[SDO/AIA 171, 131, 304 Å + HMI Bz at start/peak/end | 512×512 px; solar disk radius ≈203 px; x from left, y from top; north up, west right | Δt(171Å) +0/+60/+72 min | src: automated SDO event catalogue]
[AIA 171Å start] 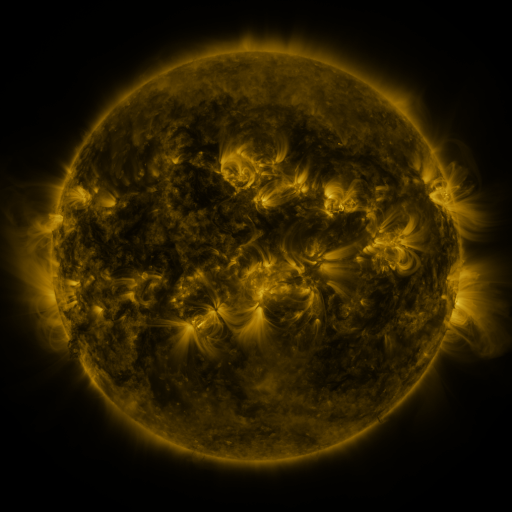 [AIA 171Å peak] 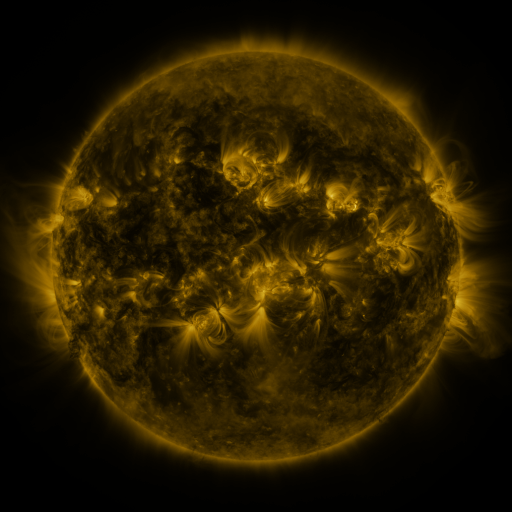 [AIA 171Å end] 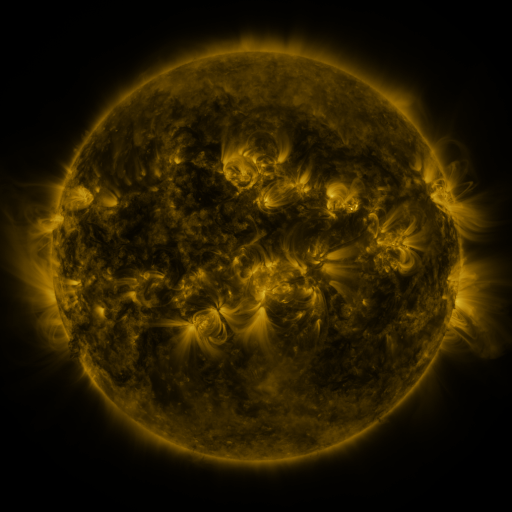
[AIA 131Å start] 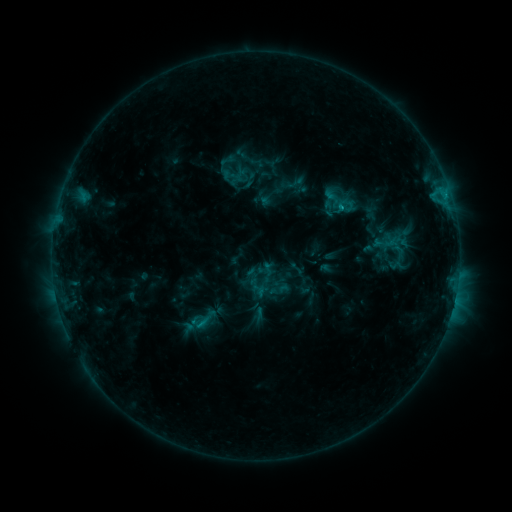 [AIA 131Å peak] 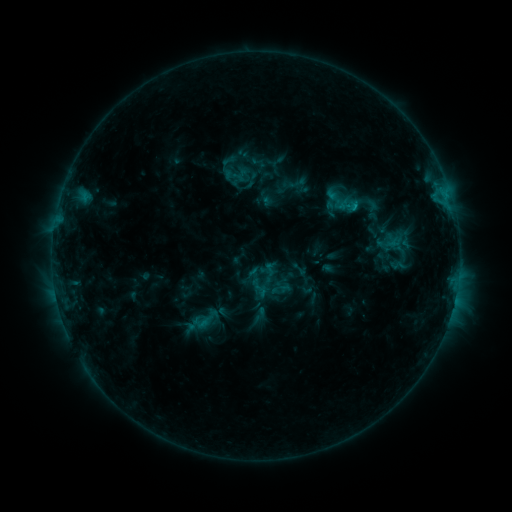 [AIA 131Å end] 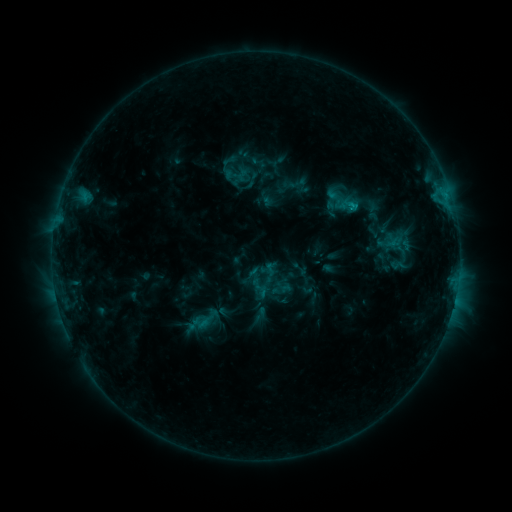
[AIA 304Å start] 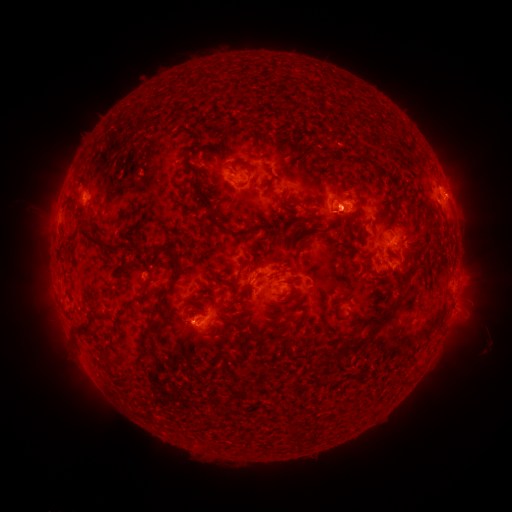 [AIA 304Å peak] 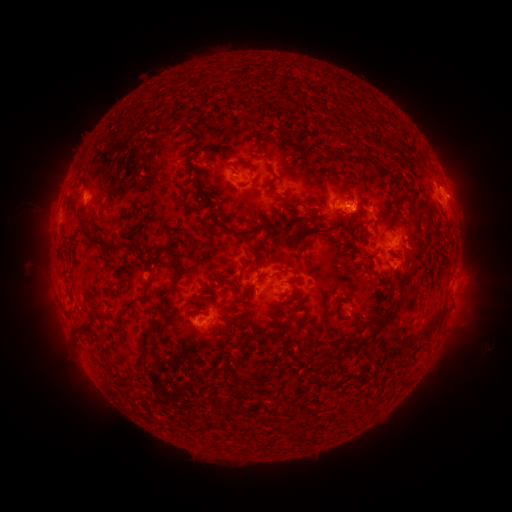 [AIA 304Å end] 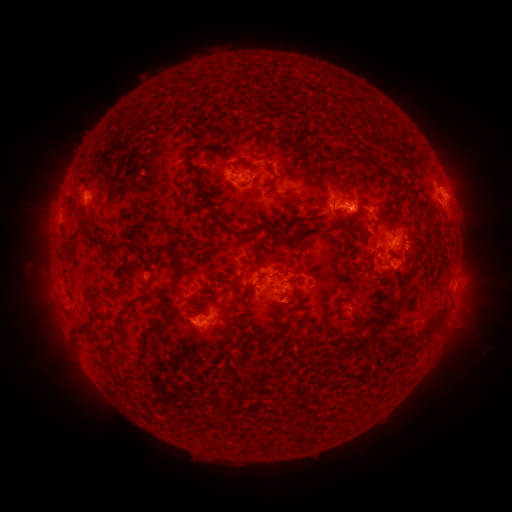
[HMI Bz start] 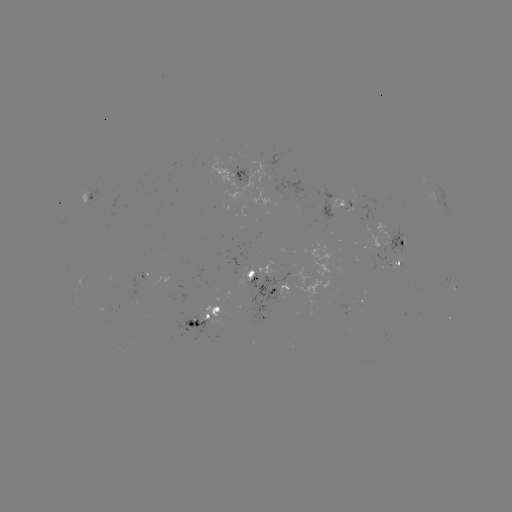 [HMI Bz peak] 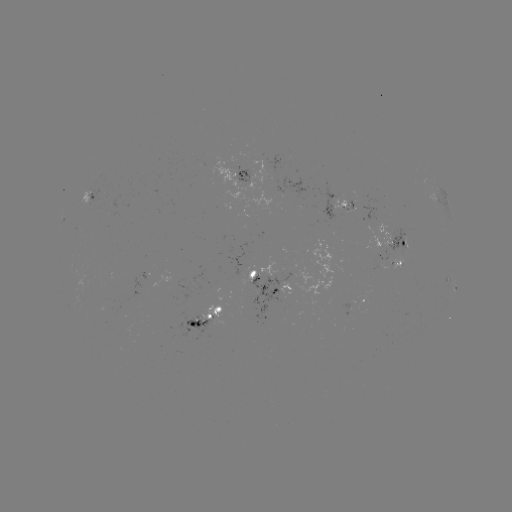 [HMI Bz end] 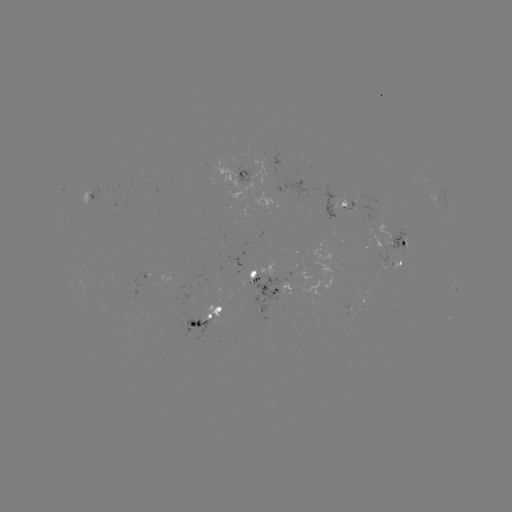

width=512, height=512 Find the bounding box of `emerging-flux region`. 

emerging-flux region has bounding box [238, 267, 255, 286].